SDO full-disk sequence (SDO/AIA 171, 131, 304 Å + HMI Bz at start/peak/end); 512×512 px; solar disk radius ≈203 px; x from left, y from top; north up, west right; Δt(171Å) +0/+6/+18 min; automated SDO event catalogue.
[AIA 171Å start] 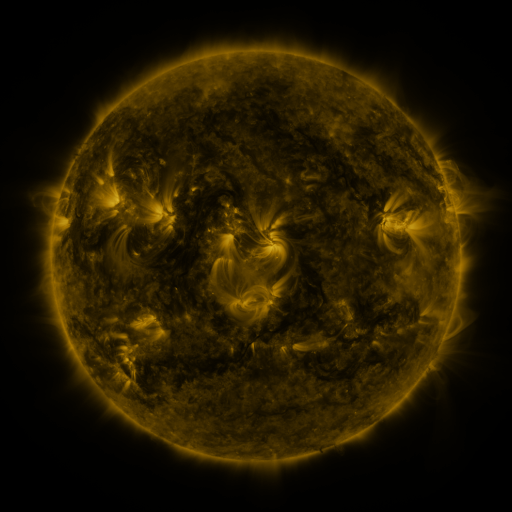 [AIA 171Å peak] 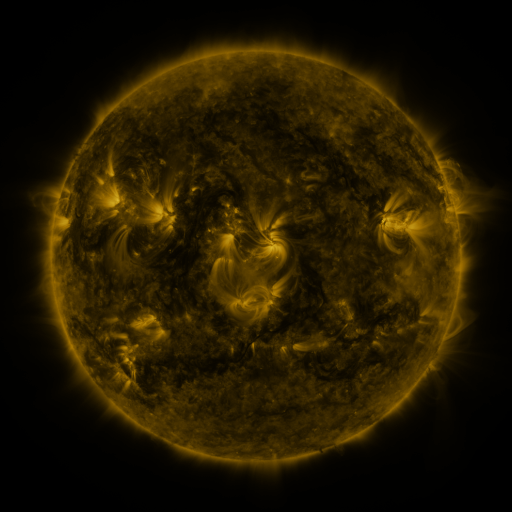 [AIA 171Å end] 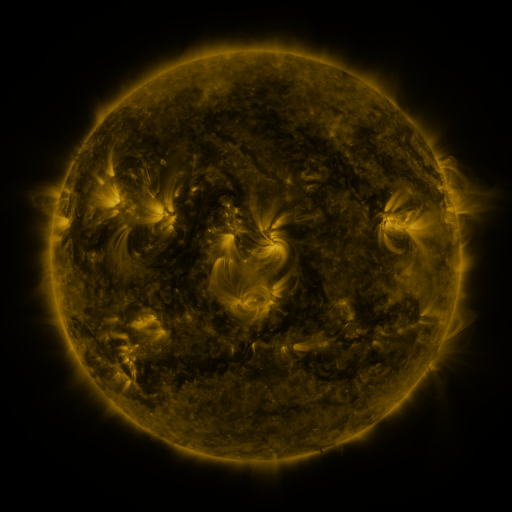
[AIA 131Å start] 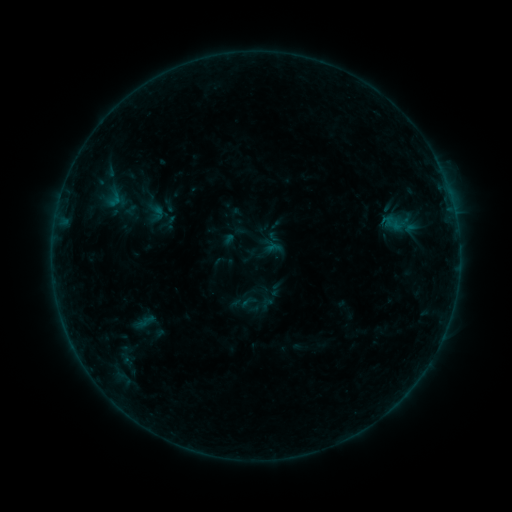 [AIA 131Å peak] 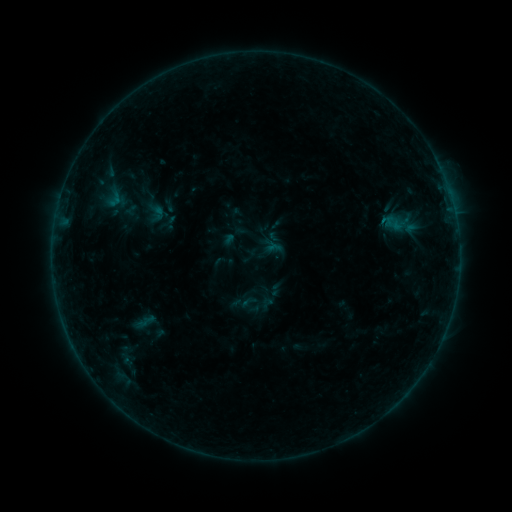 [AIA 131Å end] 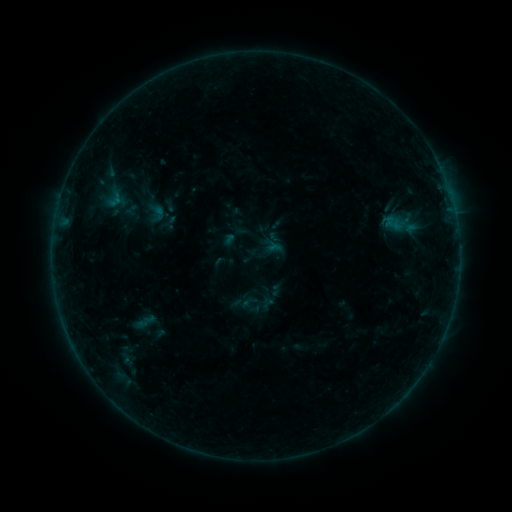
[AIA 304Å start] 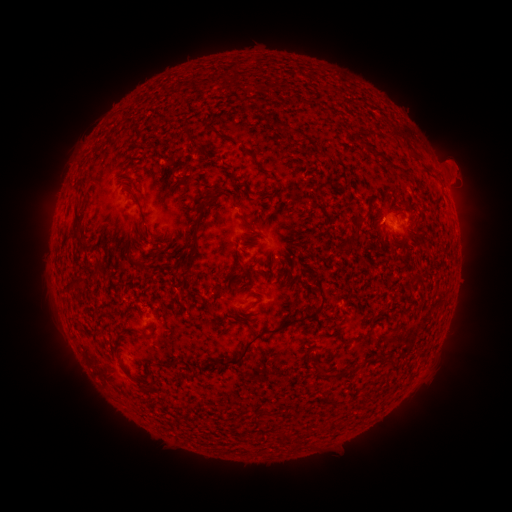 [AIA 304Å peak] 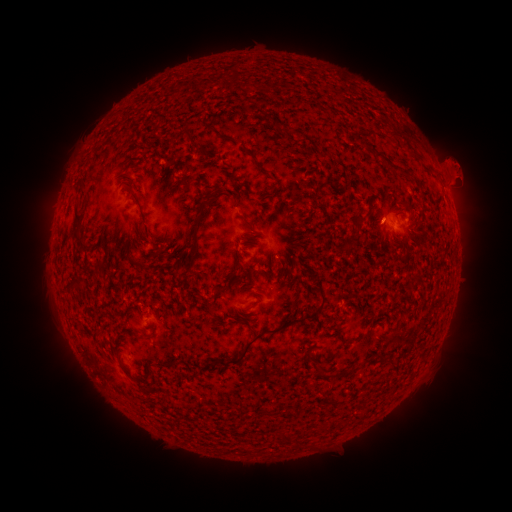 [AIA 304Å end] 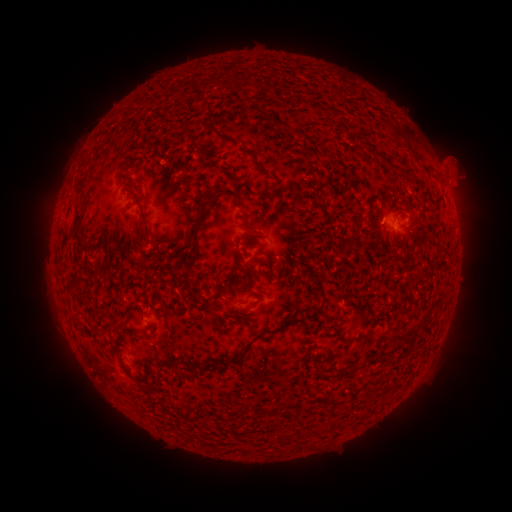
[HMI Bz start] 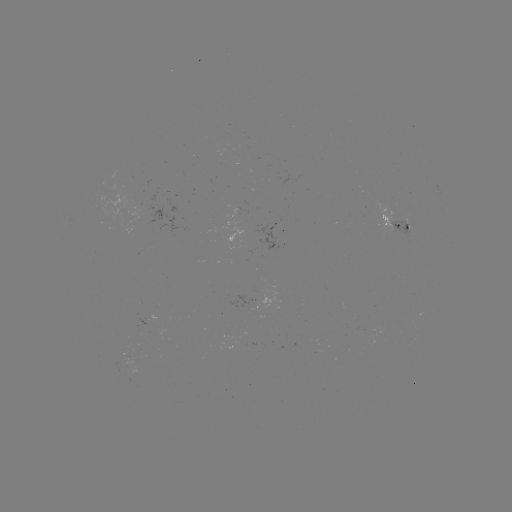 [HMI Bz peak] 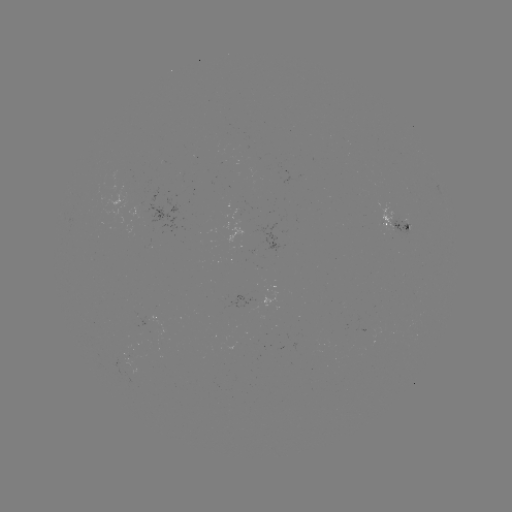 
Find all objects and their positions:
eruption: (460, 163)
